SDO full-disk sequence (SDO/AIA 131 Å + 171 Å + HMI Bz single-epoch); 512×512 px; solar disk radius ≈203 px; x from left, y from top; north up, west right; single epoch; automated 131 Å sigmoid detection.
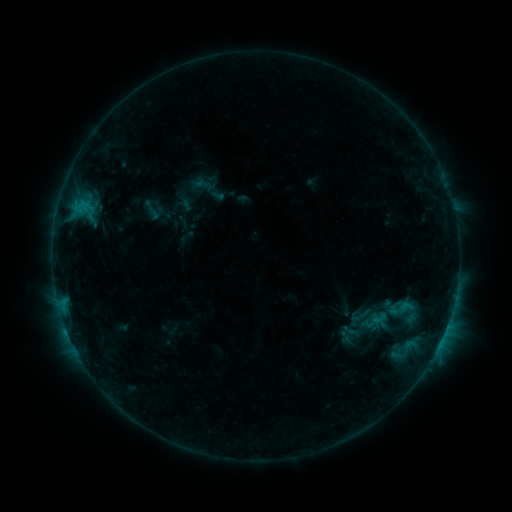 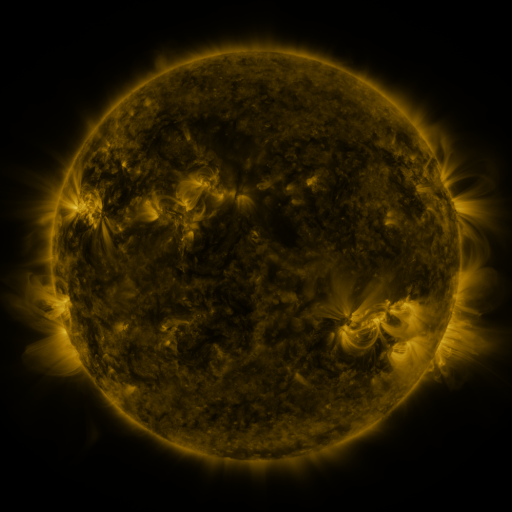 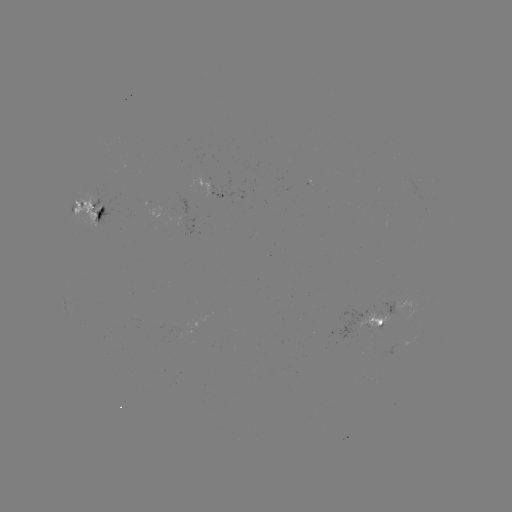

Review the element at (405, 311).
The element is sigmoid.